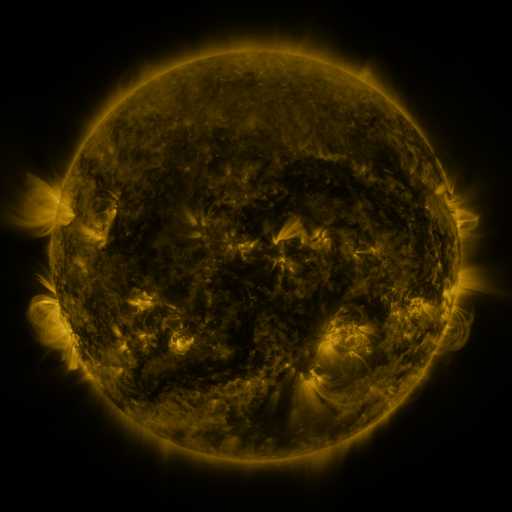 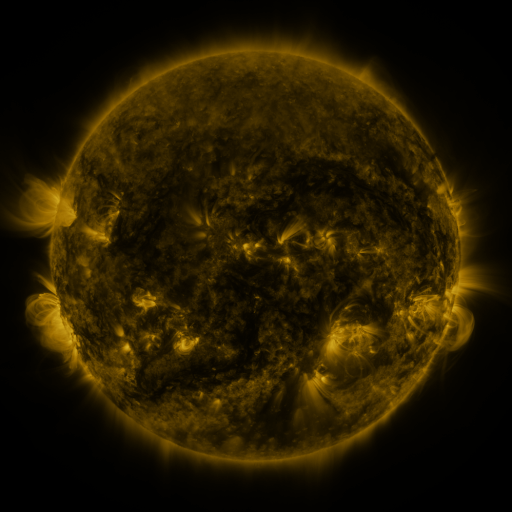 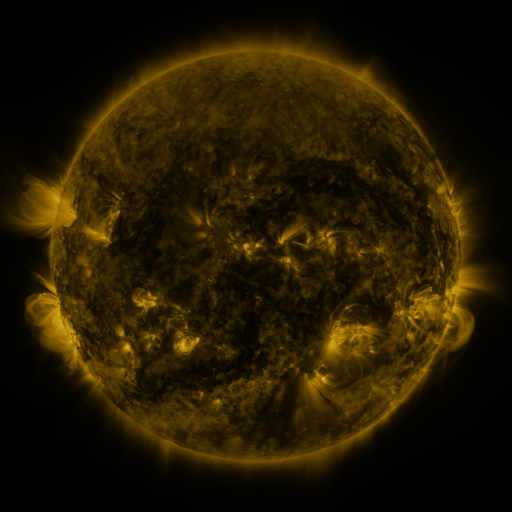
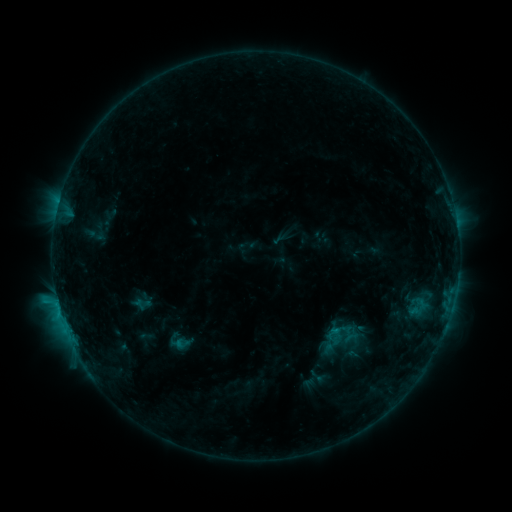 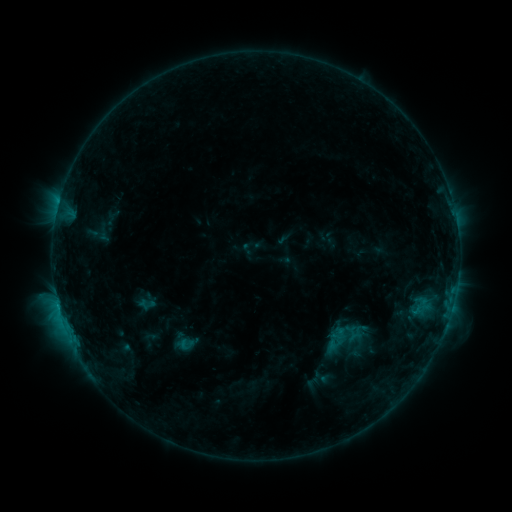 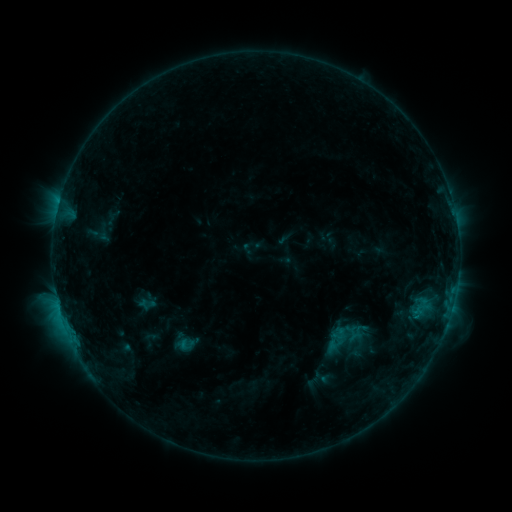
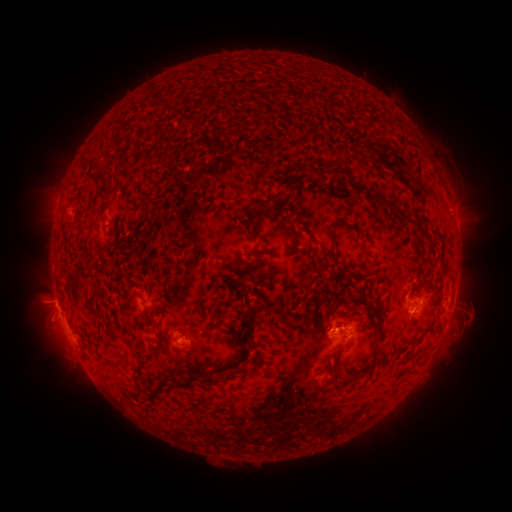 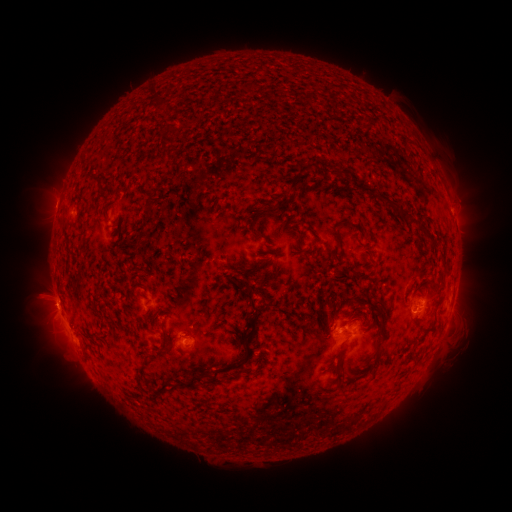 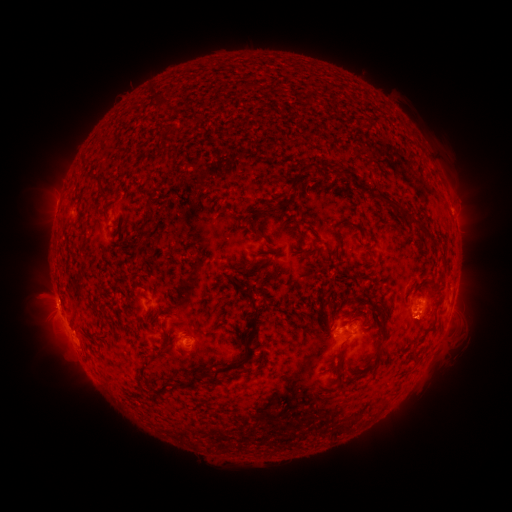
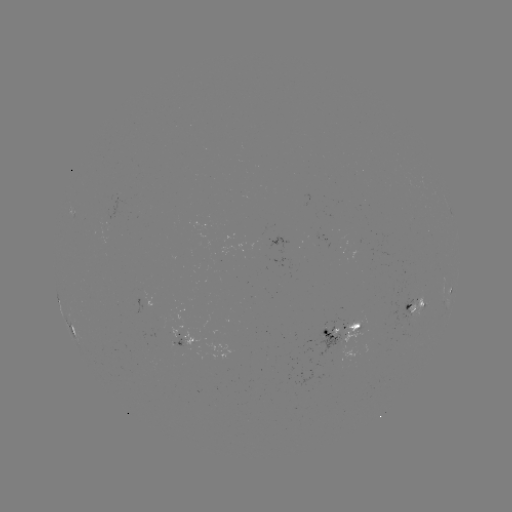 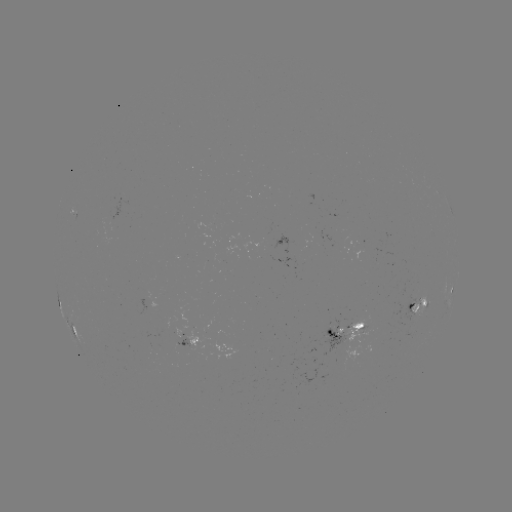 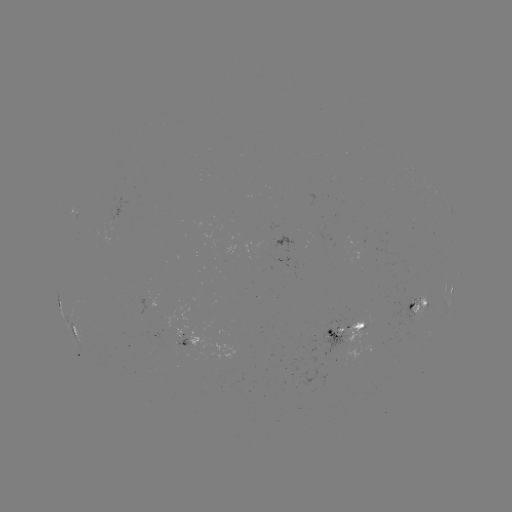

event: emerging-flux region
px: (416, 314)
